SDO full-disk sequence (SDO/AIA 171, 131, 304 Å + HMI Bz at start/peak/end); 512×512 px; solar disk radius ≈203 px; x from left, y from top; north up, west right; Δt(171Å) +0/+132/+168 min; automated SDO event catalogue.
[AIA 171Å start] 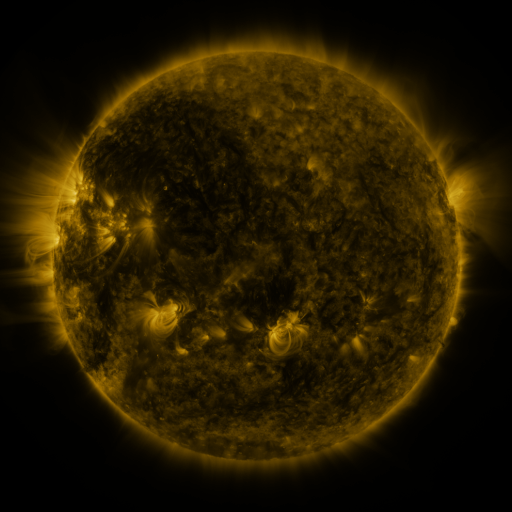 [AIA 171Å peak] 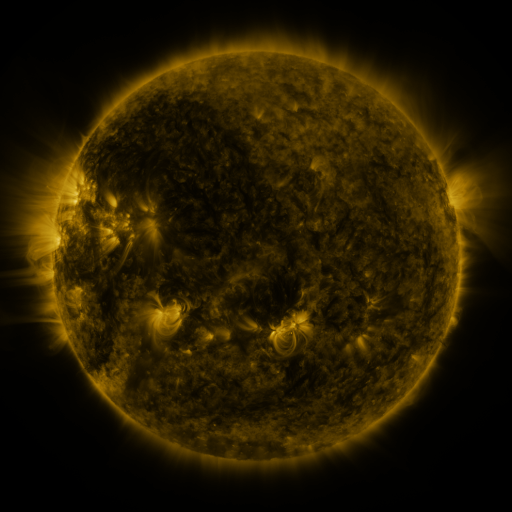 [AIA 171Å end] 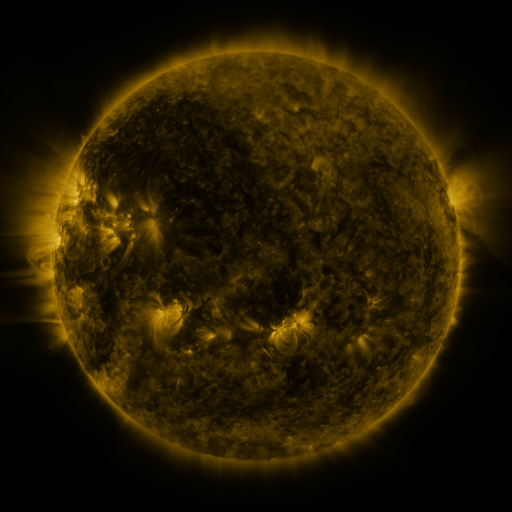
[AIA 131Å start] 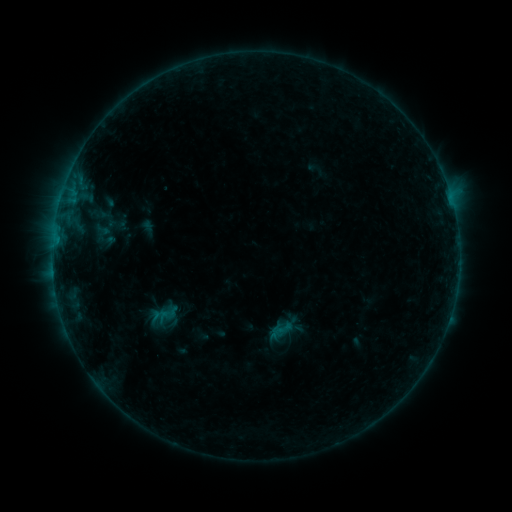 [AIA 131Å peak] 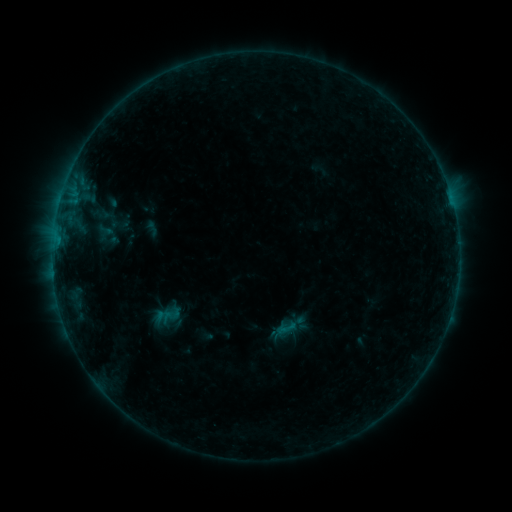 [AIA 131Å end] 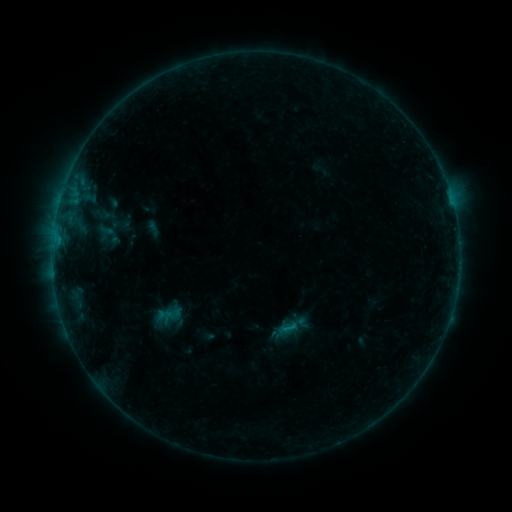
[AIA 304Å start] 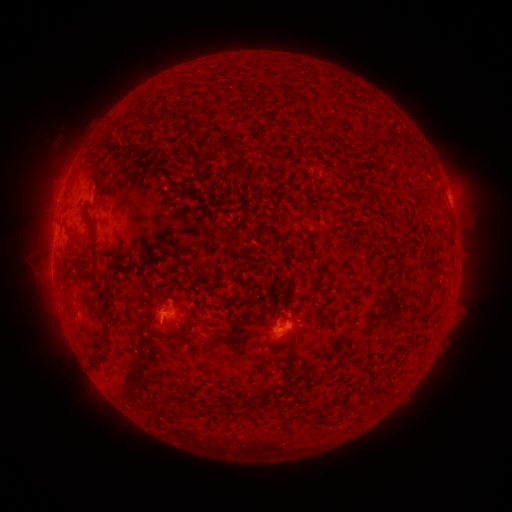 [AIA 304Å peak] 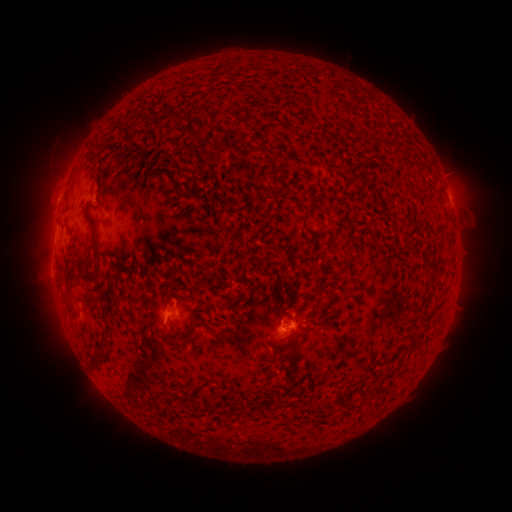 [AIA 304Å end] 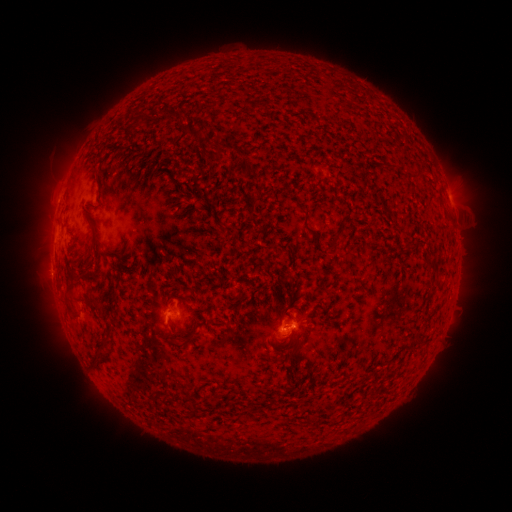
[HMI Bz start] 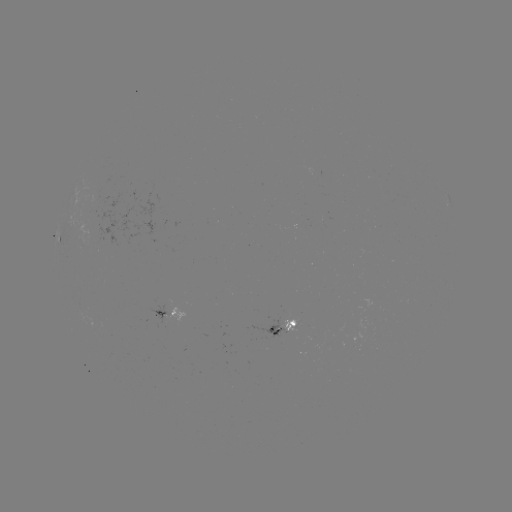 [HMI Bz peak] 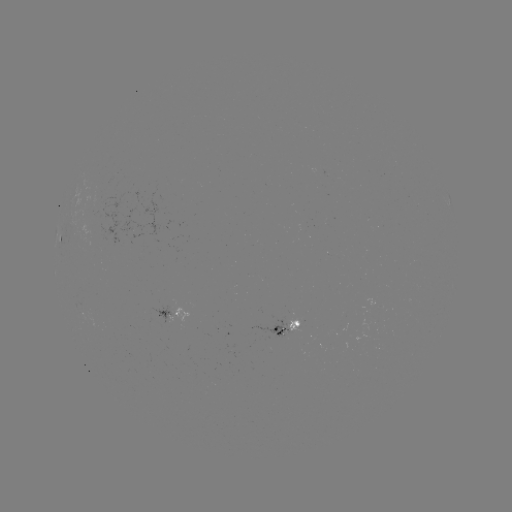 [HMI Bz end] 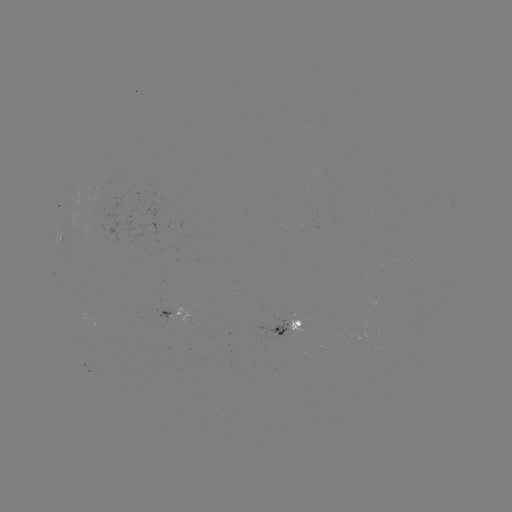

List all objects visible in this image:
emerging-flux region: (289, 320)
